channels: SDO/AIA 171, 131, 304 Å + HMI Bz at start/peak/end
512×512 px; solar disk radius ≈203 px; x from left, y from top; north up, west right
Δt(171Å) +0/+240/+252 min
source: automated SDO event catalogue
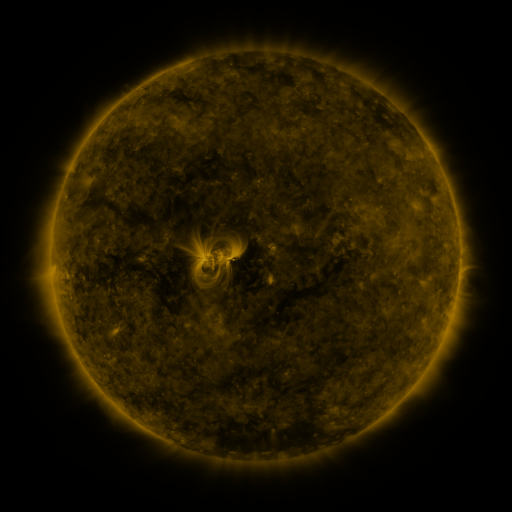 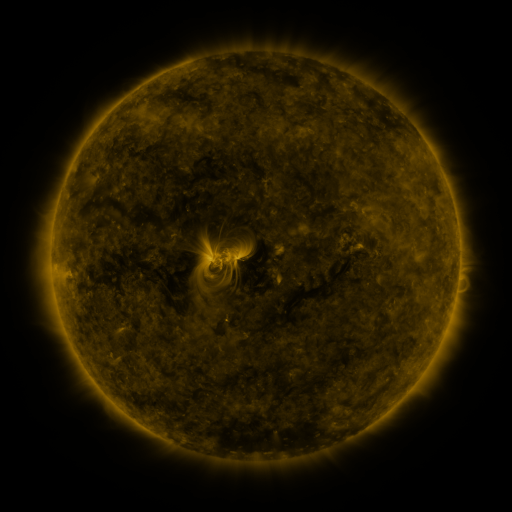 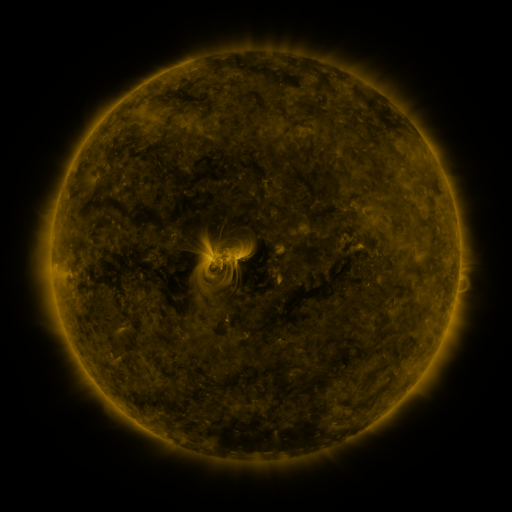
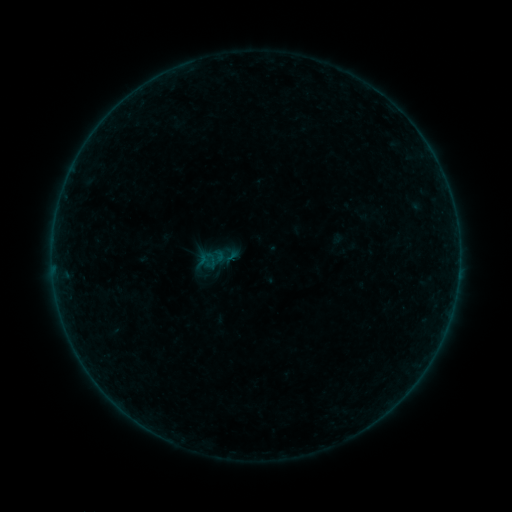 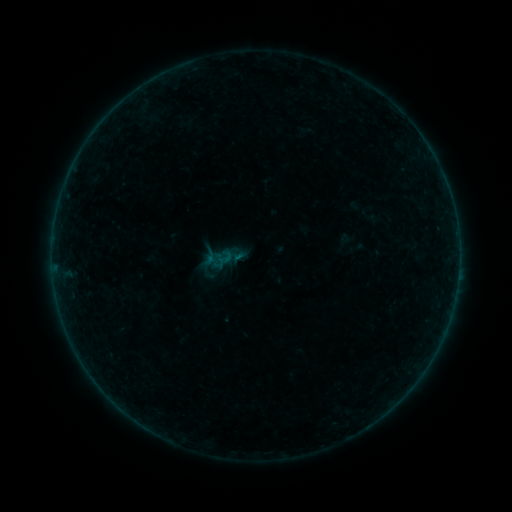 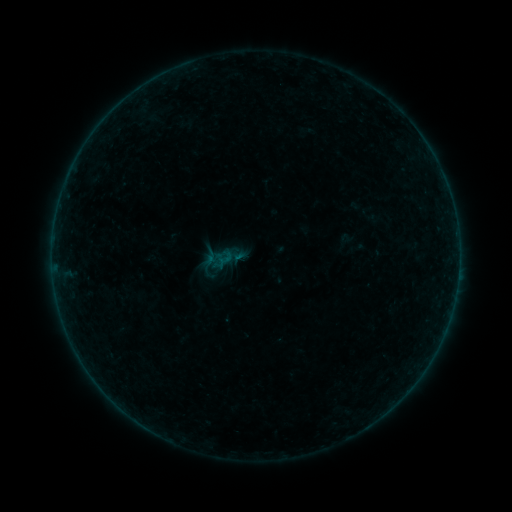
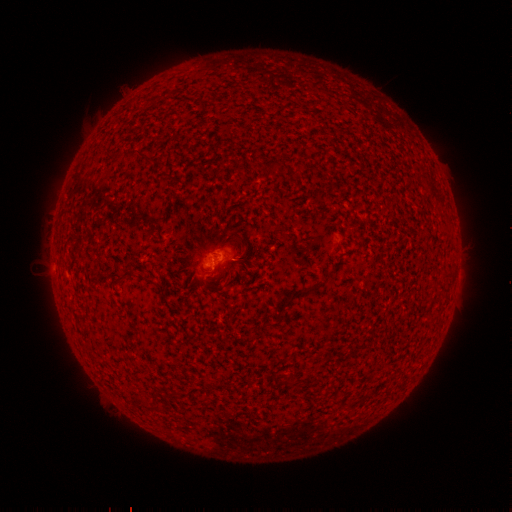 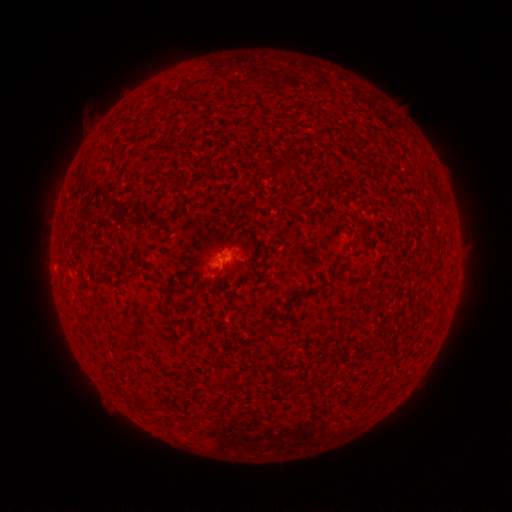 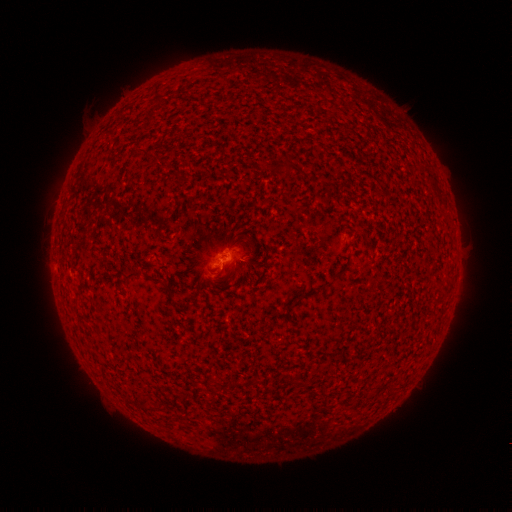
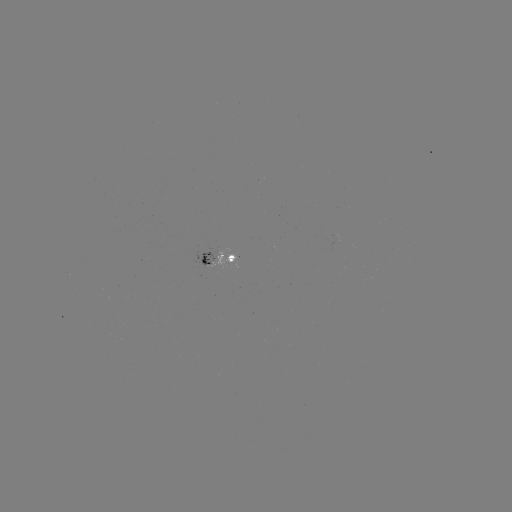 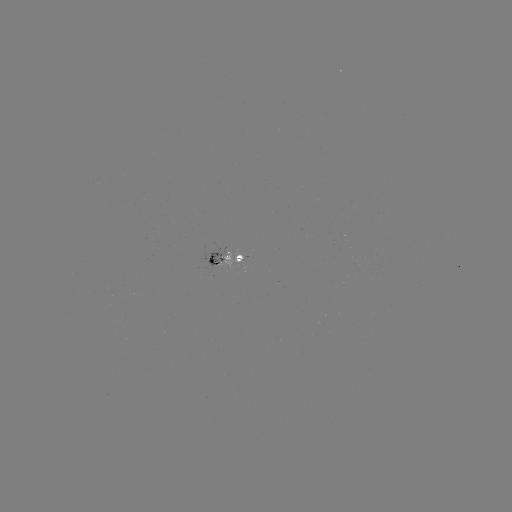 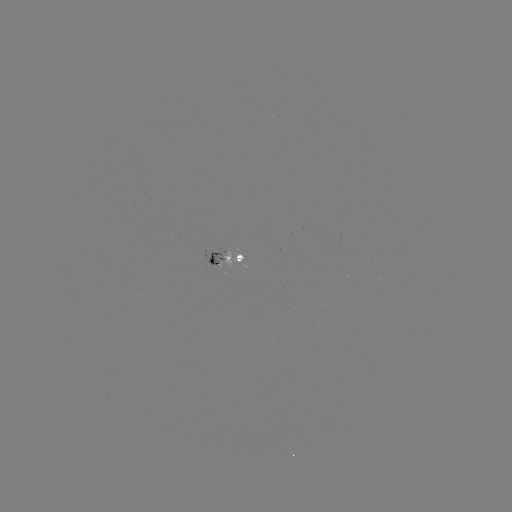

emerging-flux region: [219, 252, 243, 270]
